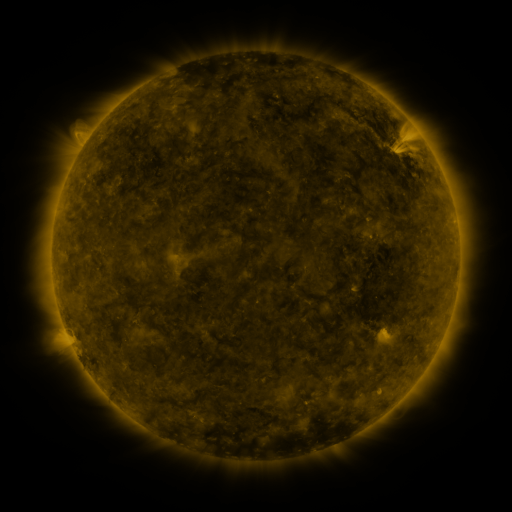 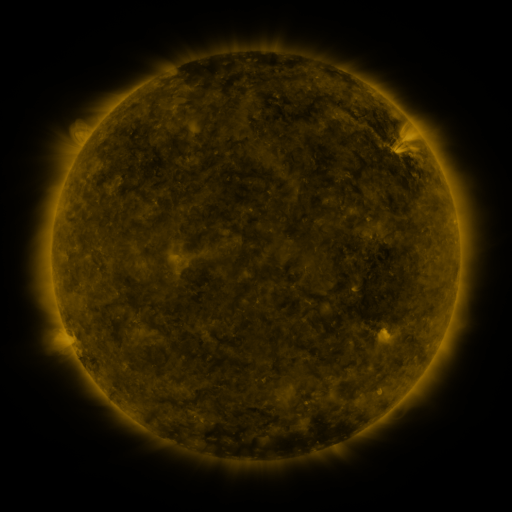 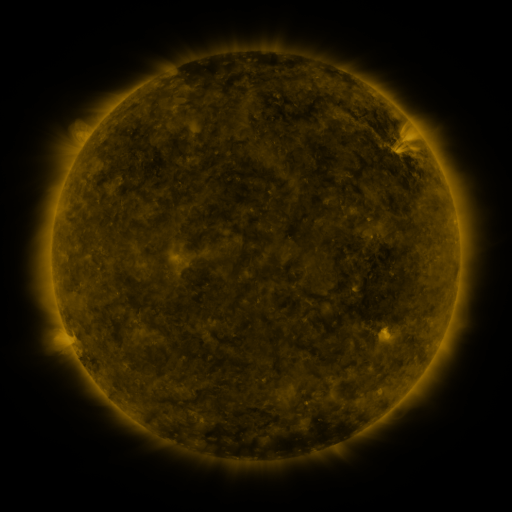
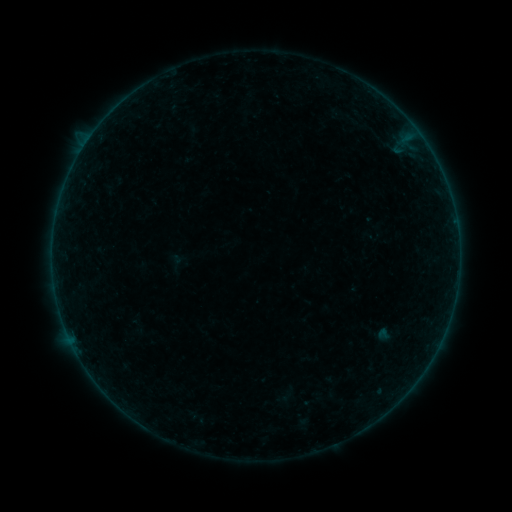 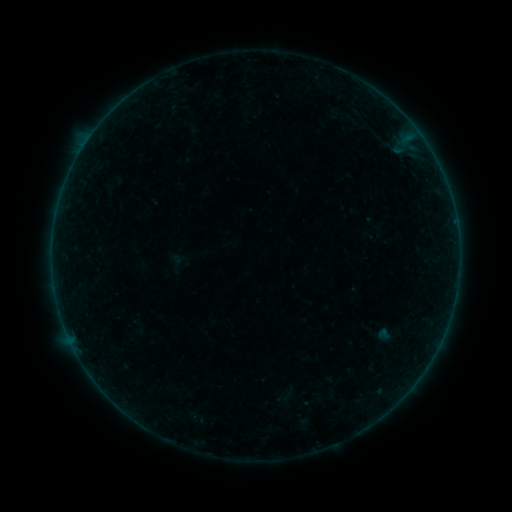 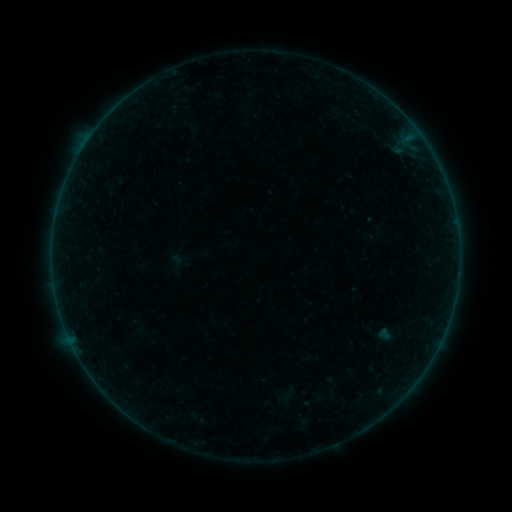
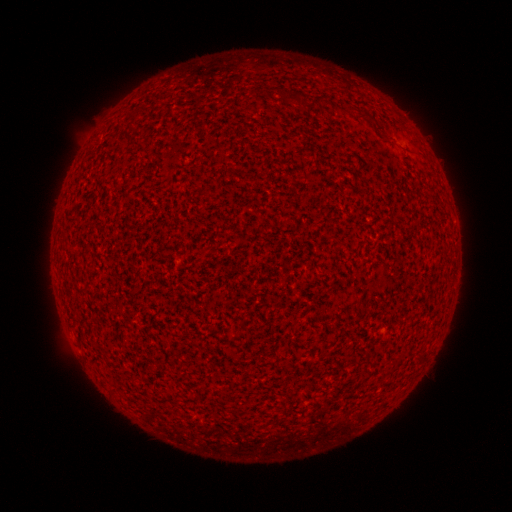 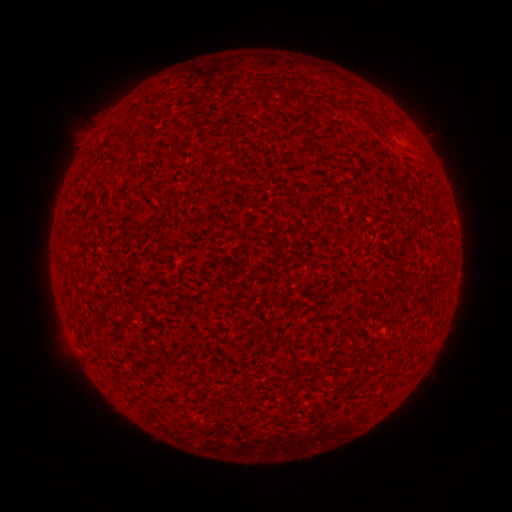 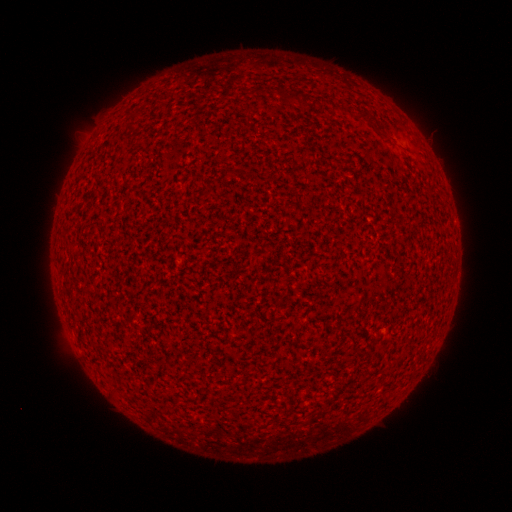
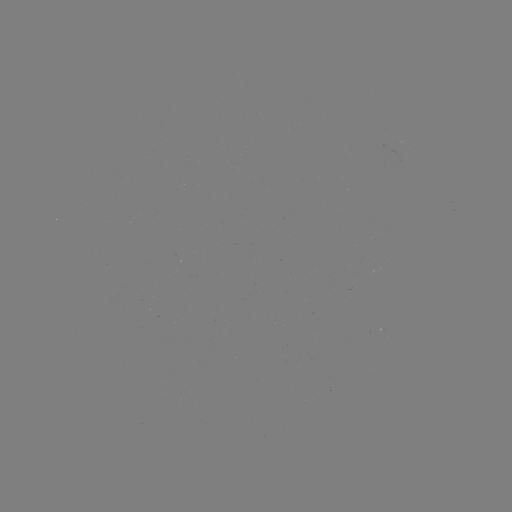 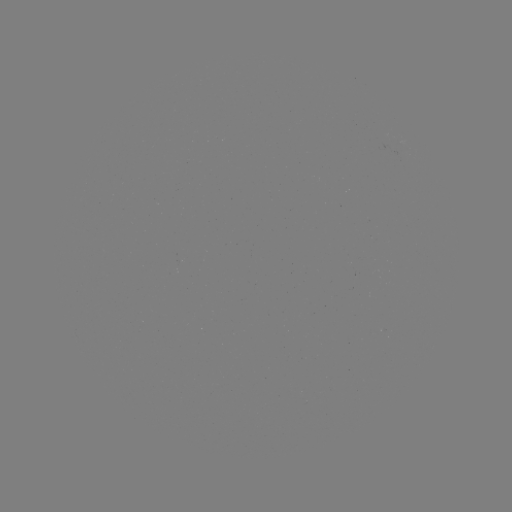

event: flare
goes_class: A4.0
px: (85, 145)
